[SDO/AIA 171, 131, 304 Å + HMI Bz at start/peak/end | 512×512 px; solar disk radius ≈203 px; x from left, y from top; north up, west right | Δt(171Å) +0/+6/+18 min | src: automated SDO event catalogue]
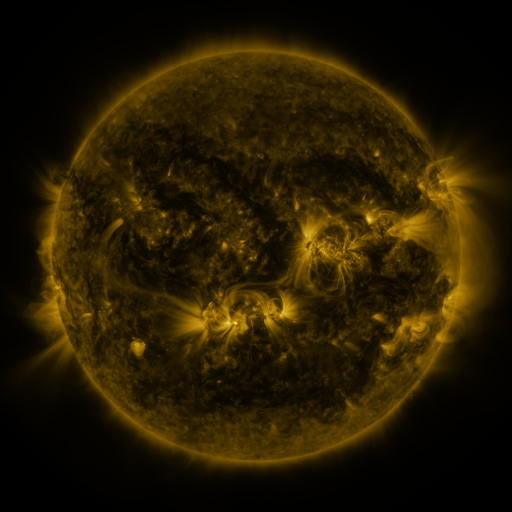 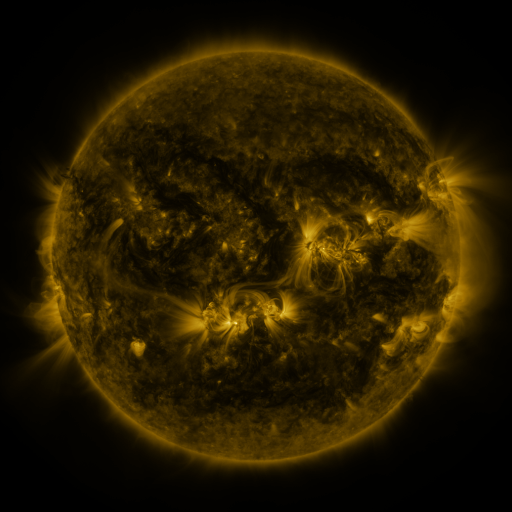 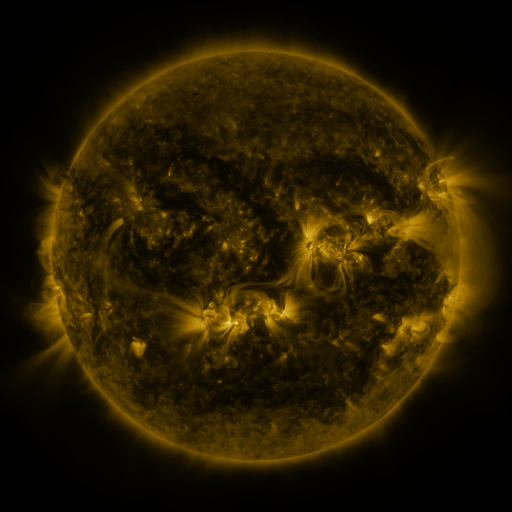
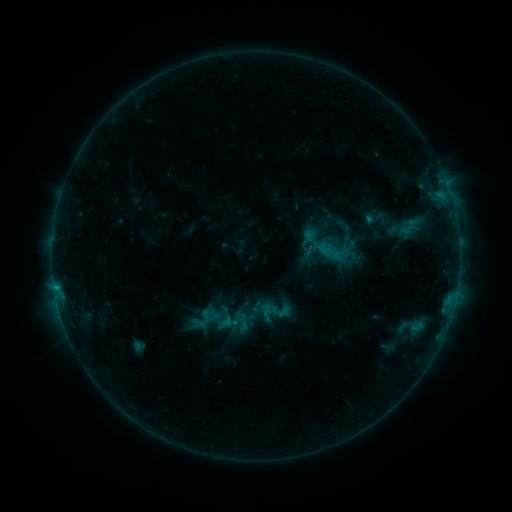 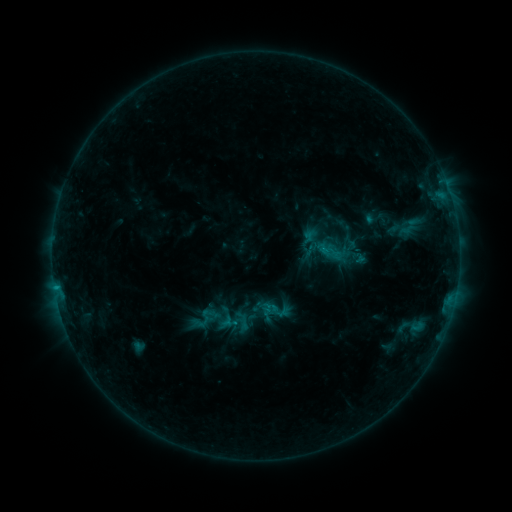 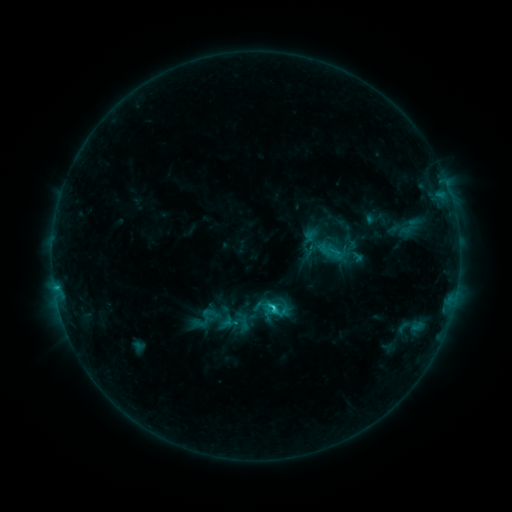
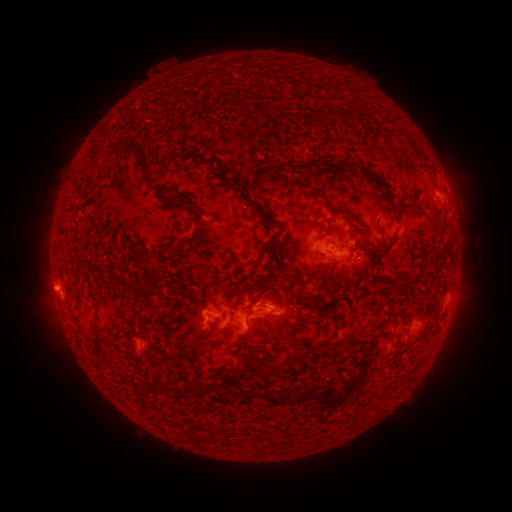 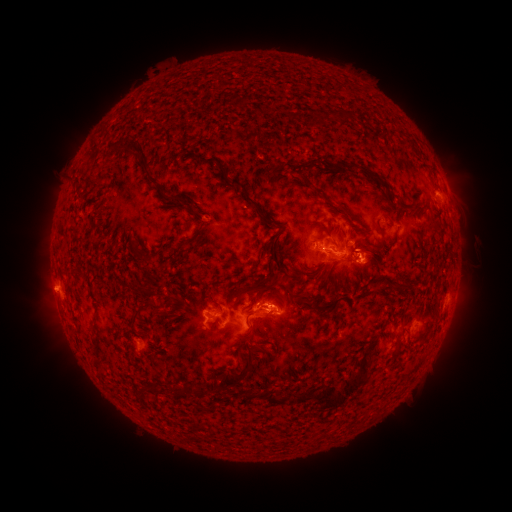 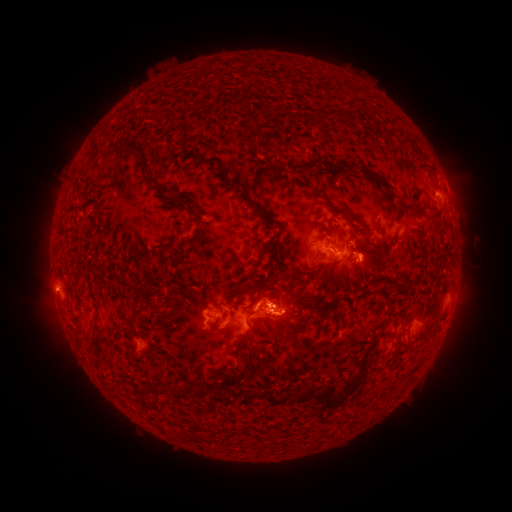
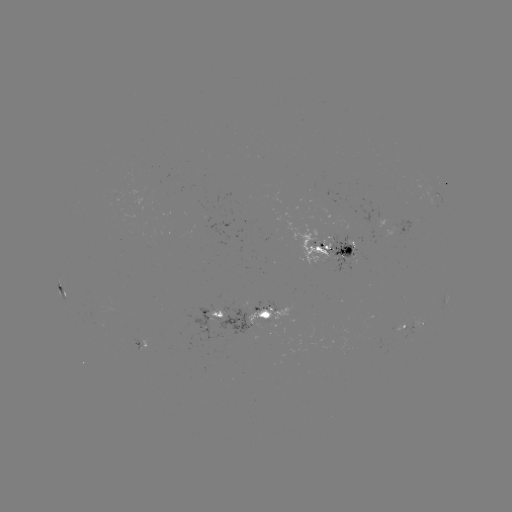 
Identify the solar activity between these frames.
eruption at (282, 300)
